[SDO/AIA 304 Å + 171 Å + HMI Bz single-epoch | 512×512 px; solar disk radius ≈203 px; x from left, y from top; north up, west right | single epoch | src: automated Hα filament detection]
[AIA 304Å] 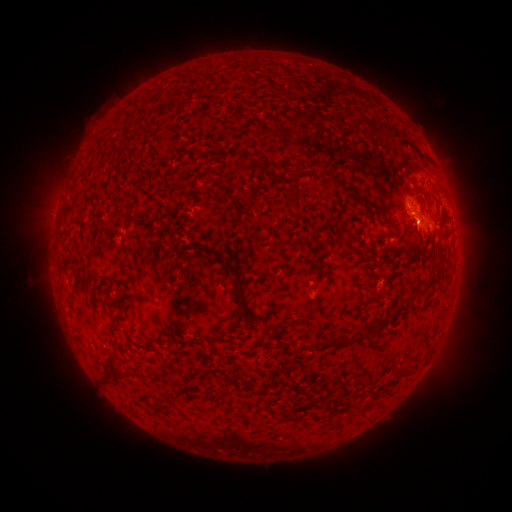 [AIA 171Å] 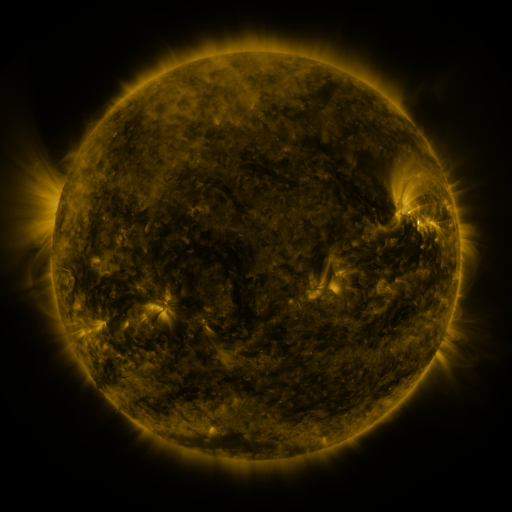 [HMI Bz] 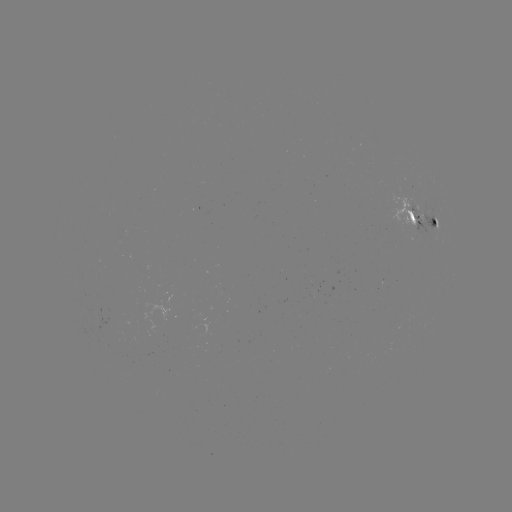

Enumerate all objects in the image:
filament: <bbox>123, 109, 138, 120</bbox>
filament: <bbox>353, 118, 377, 131</bbox>
filament: <bbox>318, 171, 333, 180</bbox>
filament: <bbox>294, 173, 304, 183</bbox>
filament: <bbox>366, 203, 379, 219</bbox>
filament: <bbox>429, 229, 438, 241</bbox>
filament: <bbox>415, 231, 423, 246</bbox>
filament: <bbox>440, 233, 451, 241</bbox>
filament: <bbox>434, 244, 445, 255</bbox>
filament: <bbox>226, 264, 247, 313</bbox>
filament: <bbox>371, 317, 383, 334</bbox>
filament: <bbox>328, 335, 339, 346</bbox>
filament: <bbox>342, 335, 352, 346</bbox>
filament: <bbox>104, 366, 134, 379</bbox>
